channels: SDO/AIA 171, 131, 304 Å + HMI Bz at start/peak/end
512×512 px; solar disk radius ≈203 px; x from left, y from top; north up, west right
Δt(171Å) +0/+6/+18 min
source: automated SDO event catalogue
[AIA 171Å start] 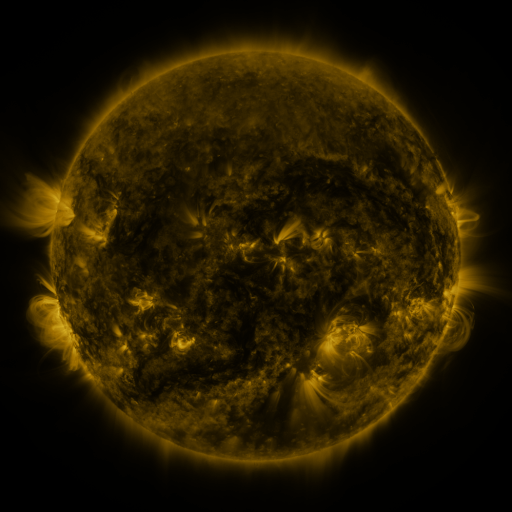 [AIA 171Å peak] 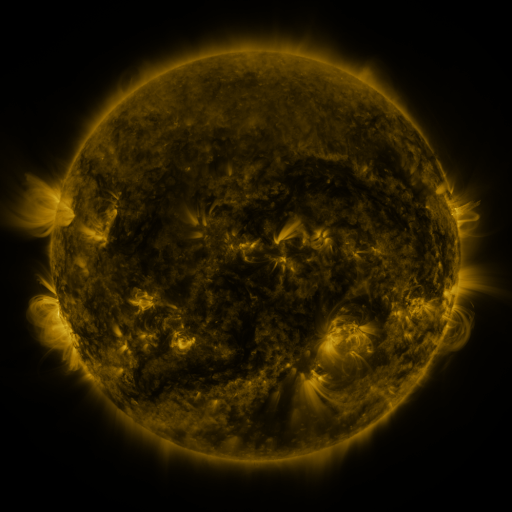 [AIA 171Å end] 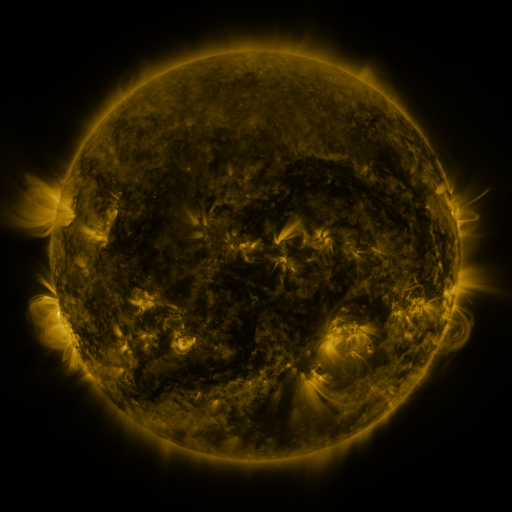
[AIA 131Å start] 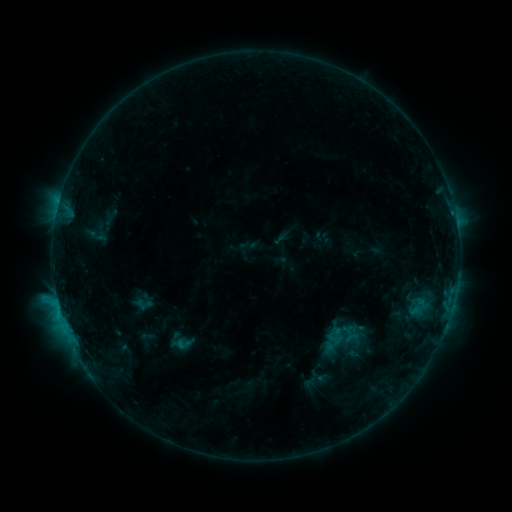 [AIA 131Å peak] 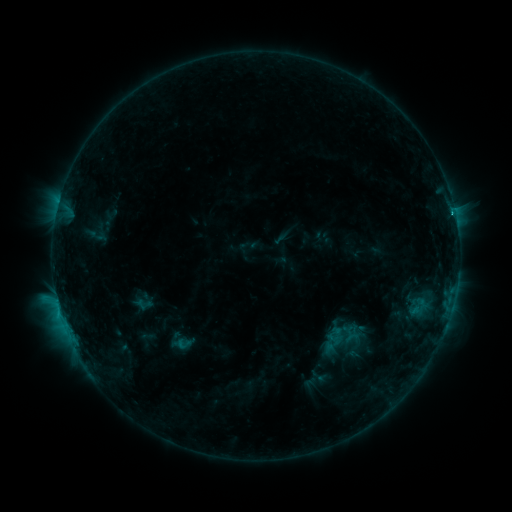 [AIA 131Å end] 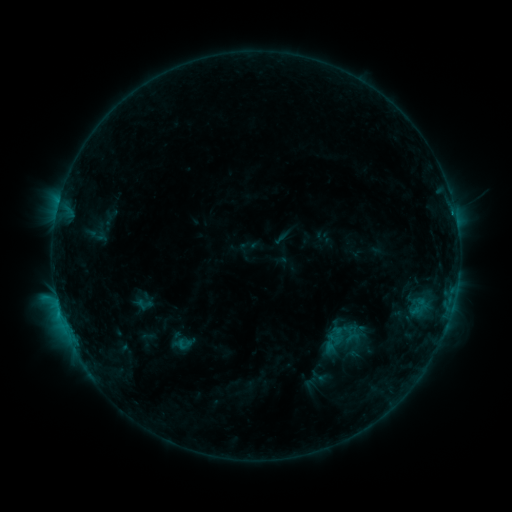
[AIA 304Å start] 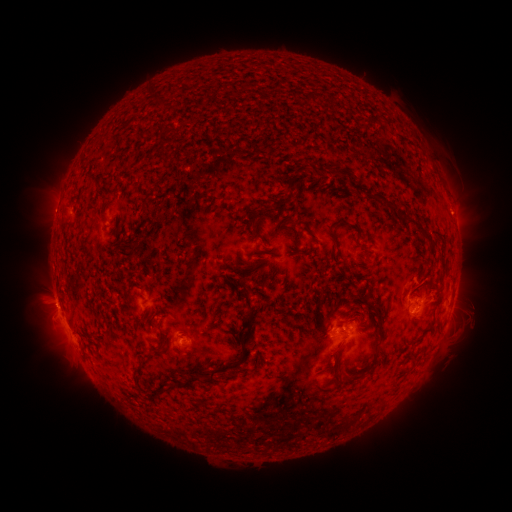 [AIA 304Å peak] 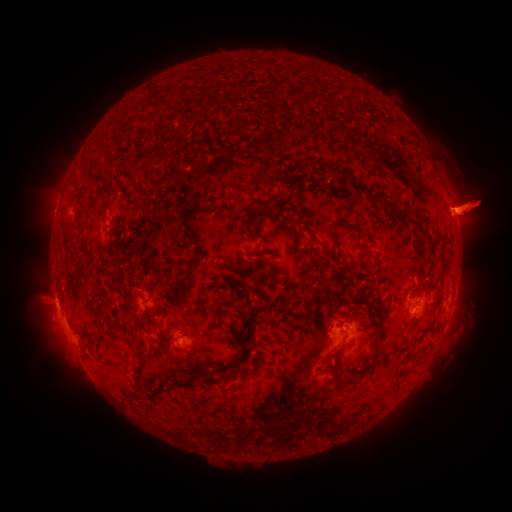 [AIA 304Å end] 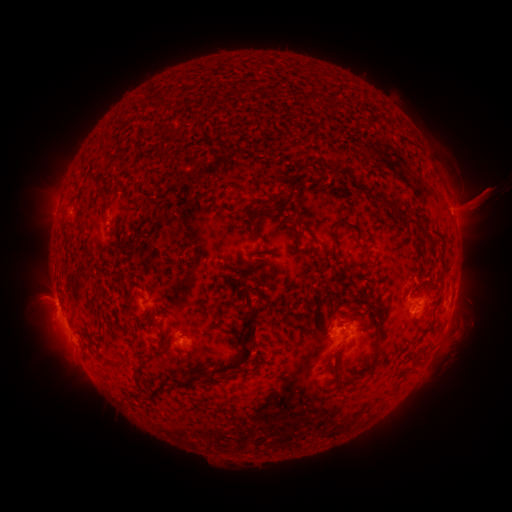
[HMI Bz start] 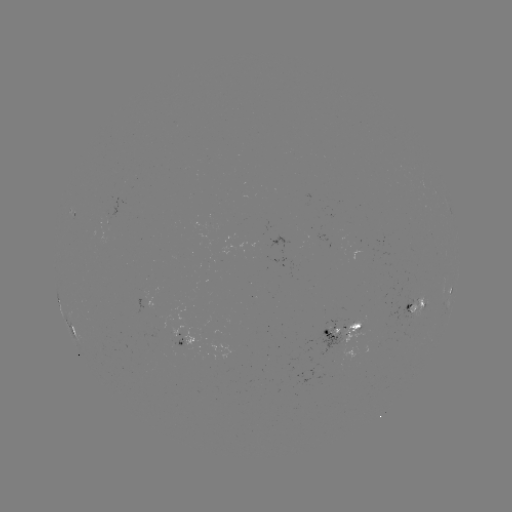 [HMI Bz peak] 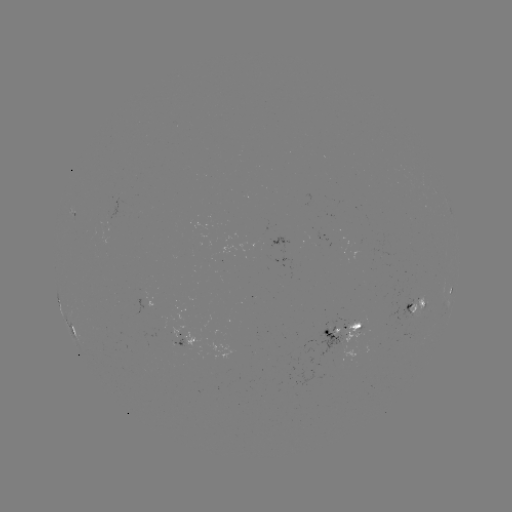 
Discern eruption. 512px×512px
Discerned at (479, 201).